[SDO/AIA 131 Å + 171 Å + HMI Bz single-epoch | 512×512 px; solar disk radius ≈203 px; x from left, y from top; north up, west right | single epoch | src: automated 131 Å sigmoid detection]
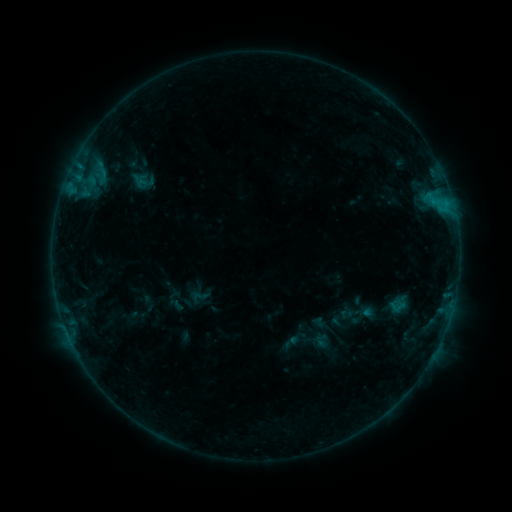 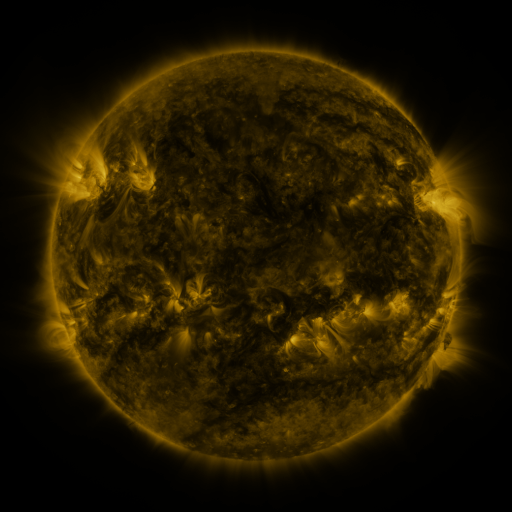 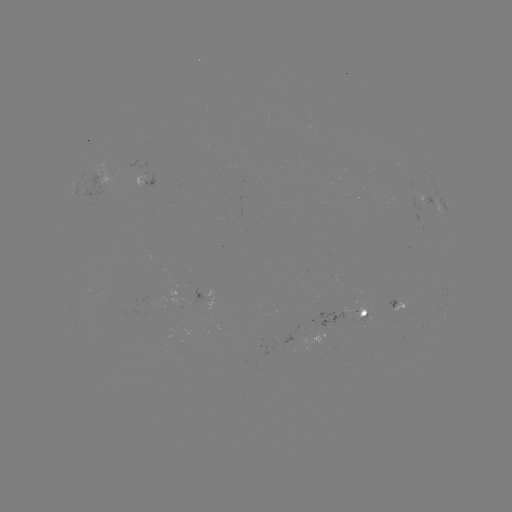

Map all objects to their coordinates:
sigmoid: (188, 287, 211, 306)
